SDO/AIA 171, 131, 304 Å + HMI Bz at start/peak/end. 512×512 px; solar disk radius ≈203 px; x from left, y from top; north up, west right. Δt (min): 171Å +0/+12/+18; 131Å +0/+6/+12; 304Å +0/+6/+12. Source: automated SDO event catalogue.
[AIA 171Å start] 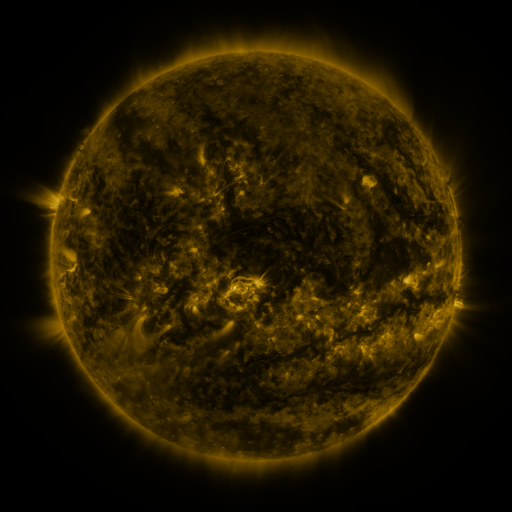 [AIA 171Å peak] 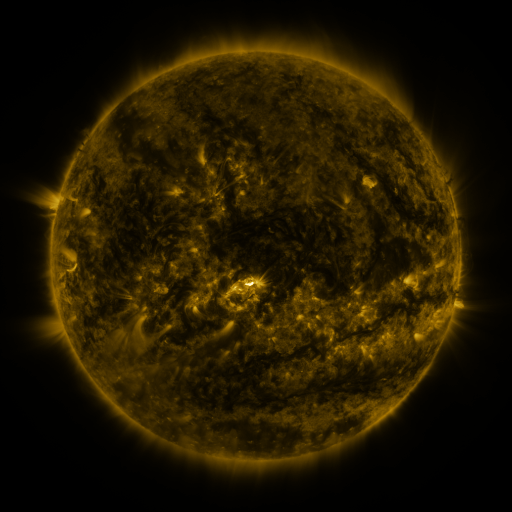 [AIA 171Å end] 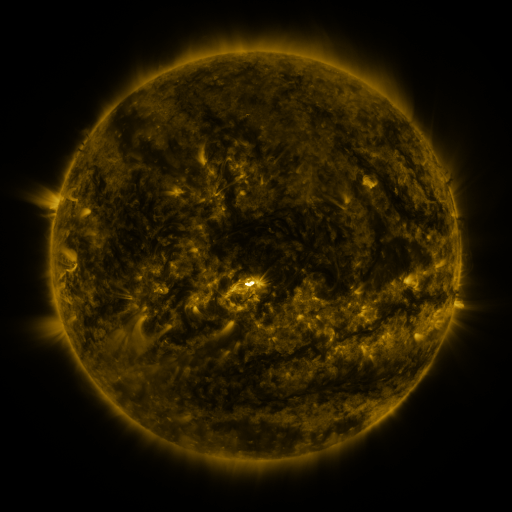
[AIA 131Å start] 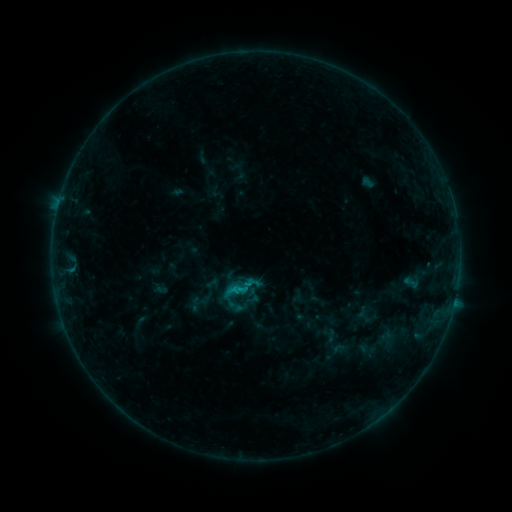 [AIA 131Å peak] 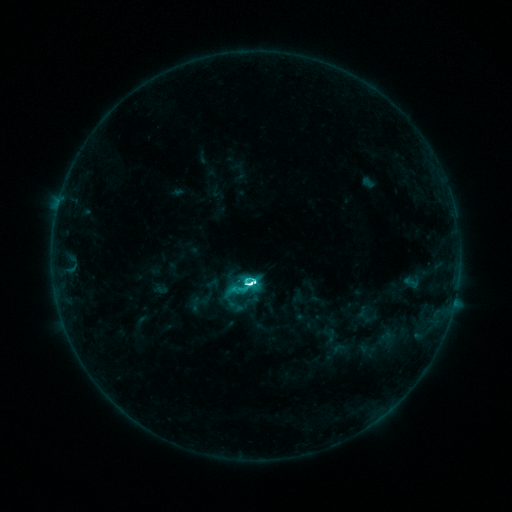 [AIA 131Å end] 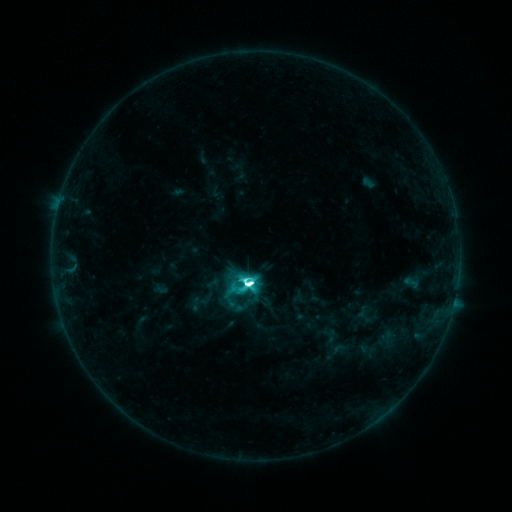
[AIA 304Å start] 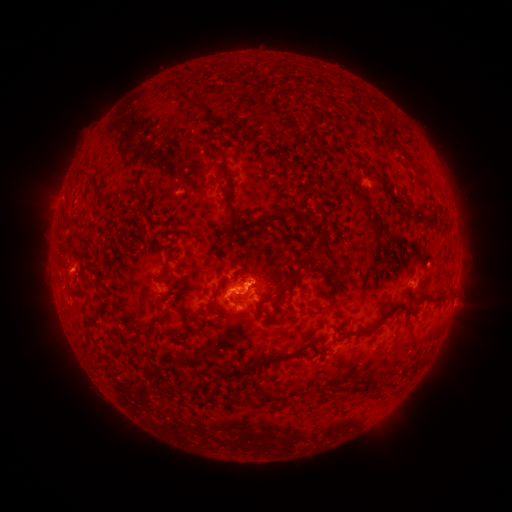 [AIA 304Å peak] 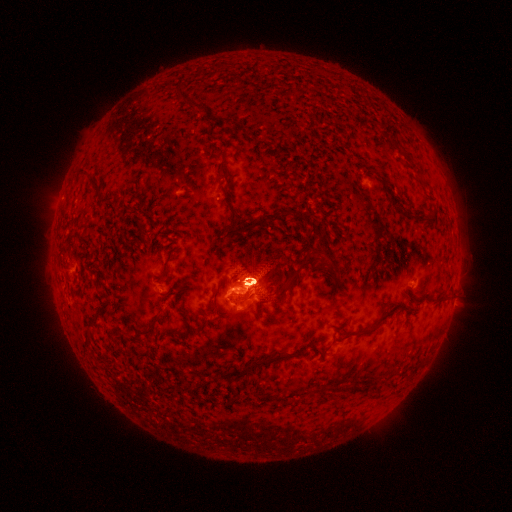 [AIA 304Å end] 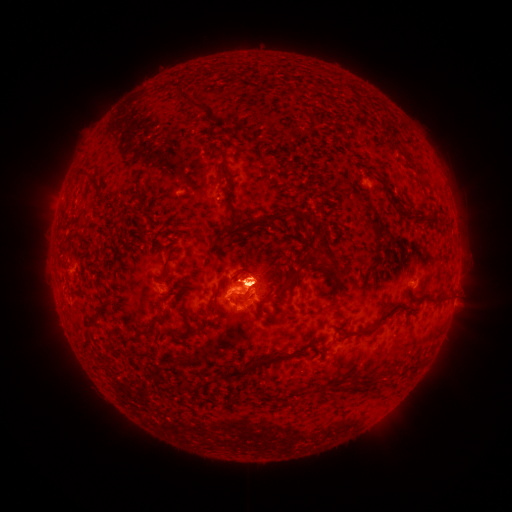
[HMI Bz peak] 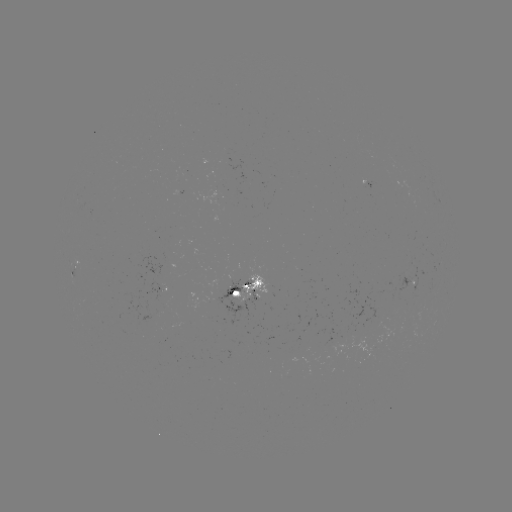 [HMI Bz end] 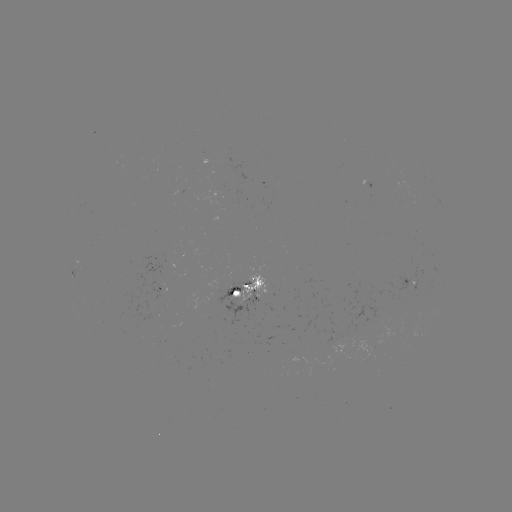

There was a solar flare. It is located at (252, 283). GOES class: M2.7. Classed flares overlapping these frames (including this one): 1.